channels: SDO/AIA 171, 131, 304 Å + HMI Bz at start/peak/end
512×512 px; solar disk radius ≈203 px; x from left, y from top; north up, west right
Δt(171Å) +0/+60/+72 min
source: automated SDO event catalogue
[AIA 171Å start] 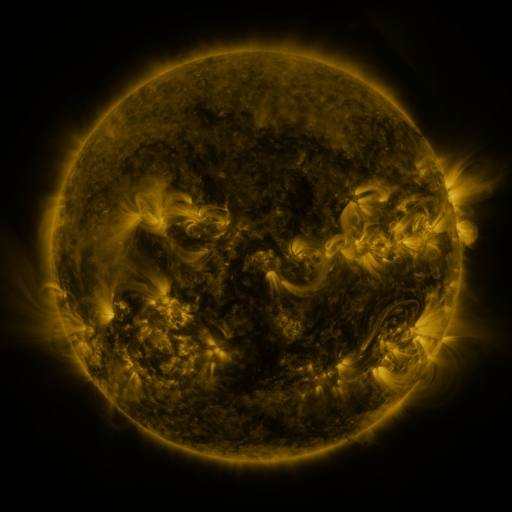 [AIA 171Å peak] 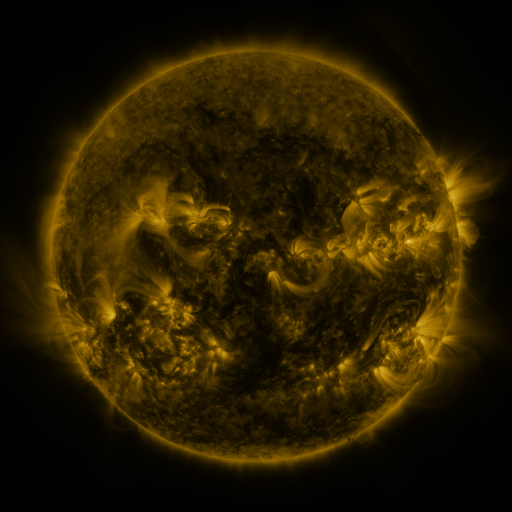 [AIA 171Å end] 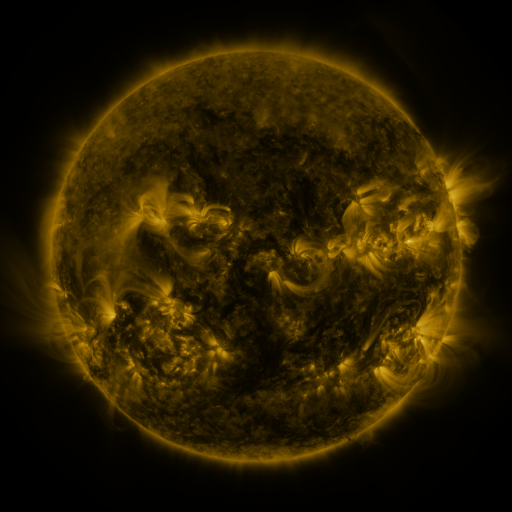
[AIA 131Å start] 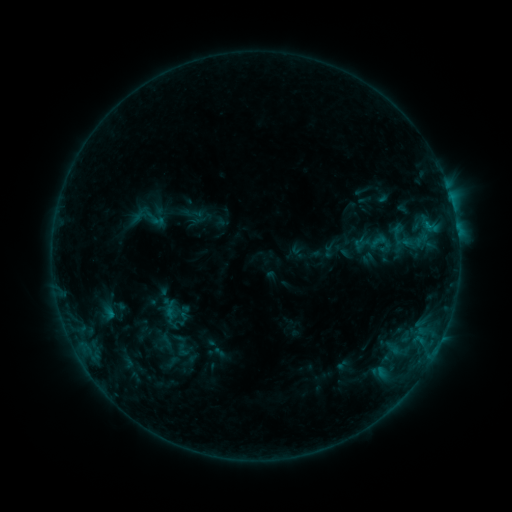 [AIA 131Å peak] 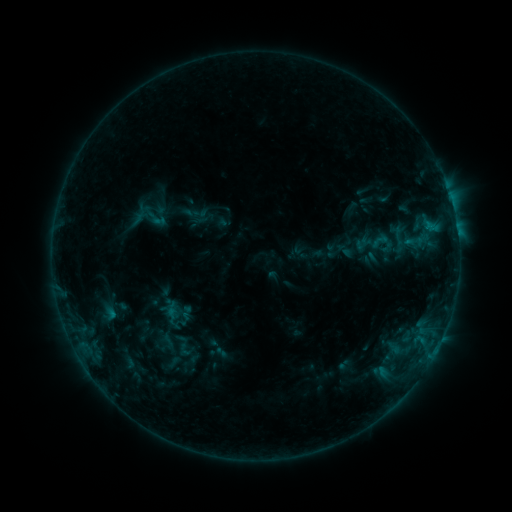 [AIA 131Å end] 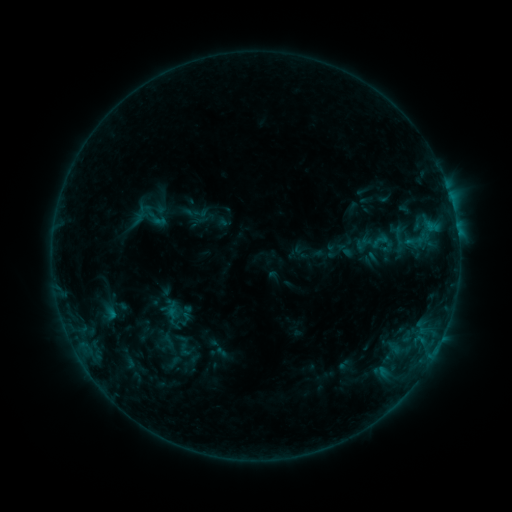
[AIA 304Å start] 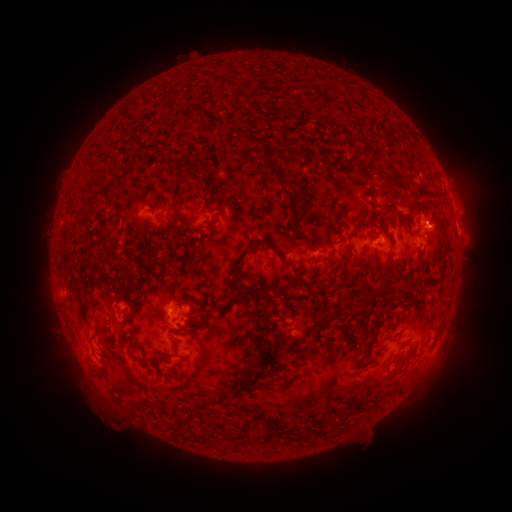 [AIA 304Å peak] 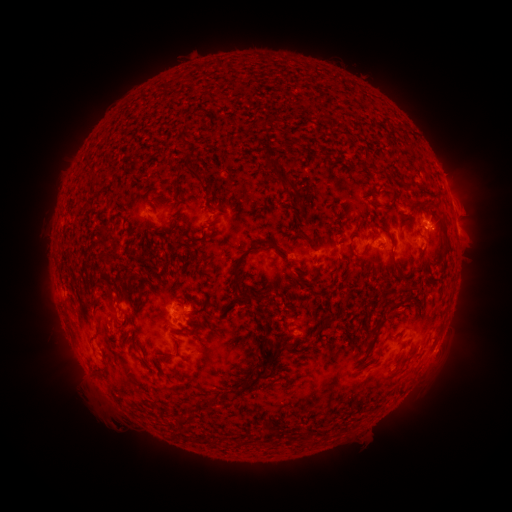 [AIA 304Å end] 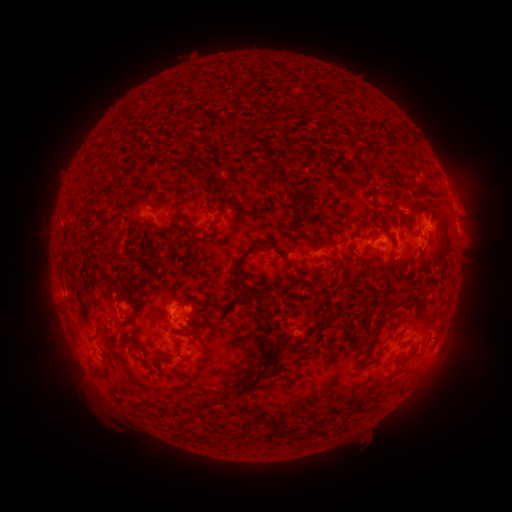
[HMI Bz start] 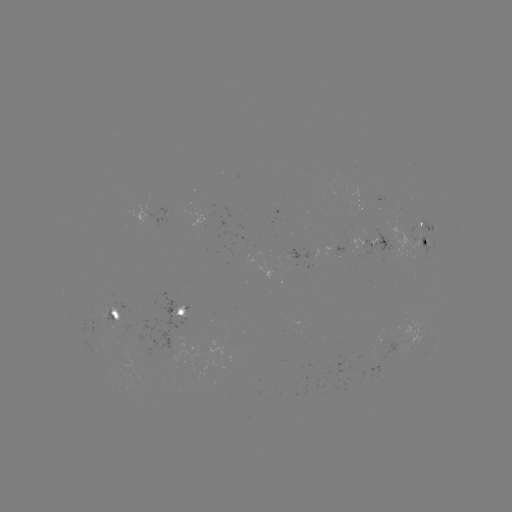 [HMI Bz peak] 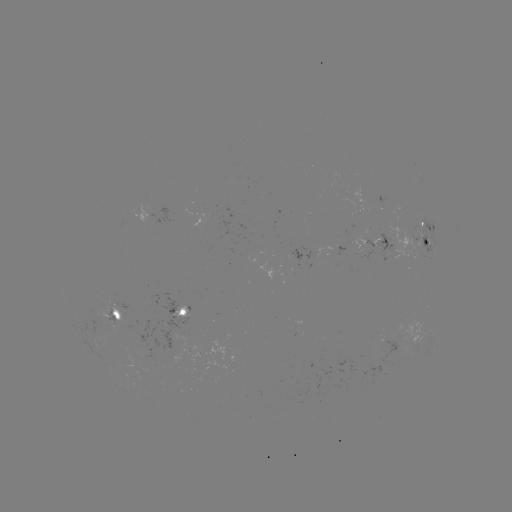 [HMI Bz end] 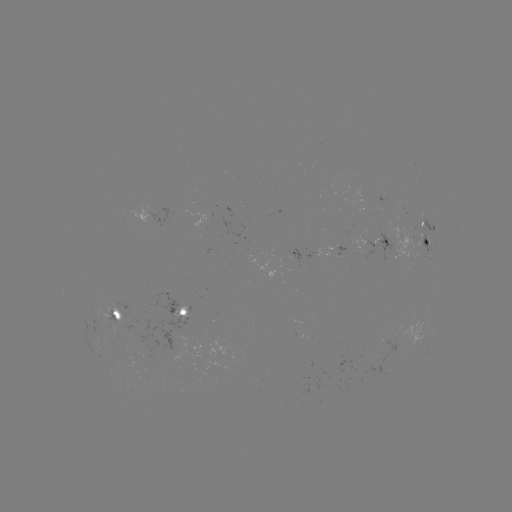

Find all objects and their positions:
emerging-flux region: (101, 316)
